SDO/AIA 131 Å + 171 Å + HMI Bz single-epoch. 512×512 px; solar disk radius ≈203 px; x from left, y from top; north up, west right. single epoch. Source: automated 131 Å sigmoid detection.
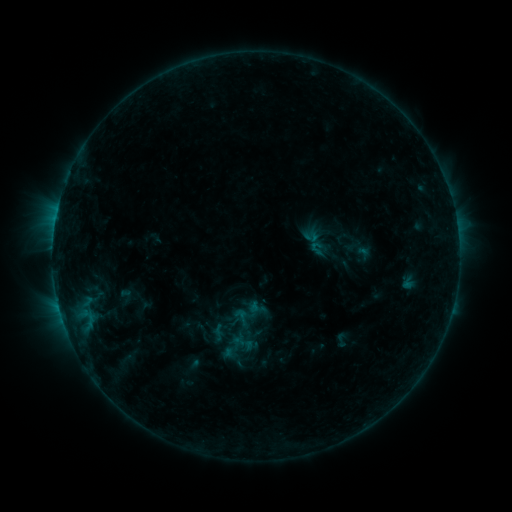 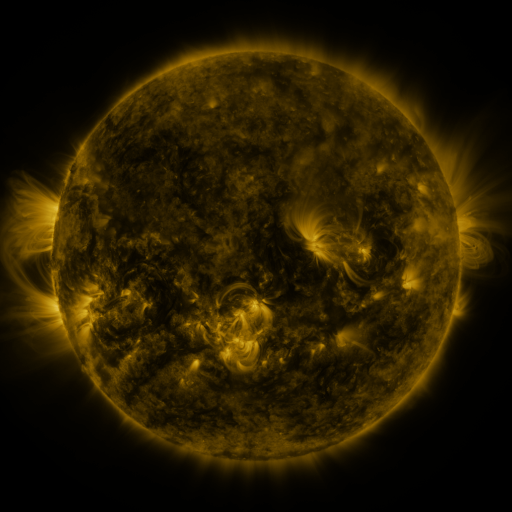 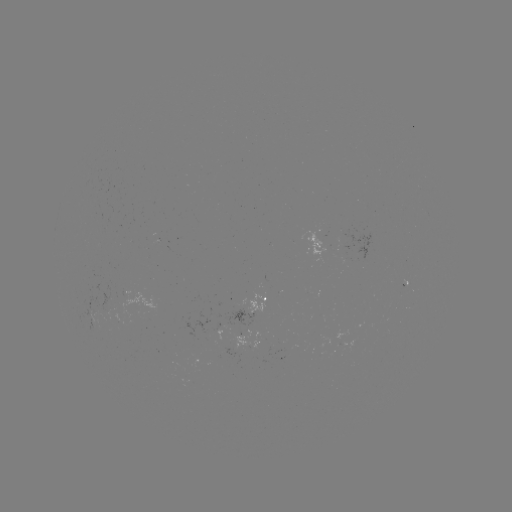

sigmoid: (303, 229, 320, 245)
